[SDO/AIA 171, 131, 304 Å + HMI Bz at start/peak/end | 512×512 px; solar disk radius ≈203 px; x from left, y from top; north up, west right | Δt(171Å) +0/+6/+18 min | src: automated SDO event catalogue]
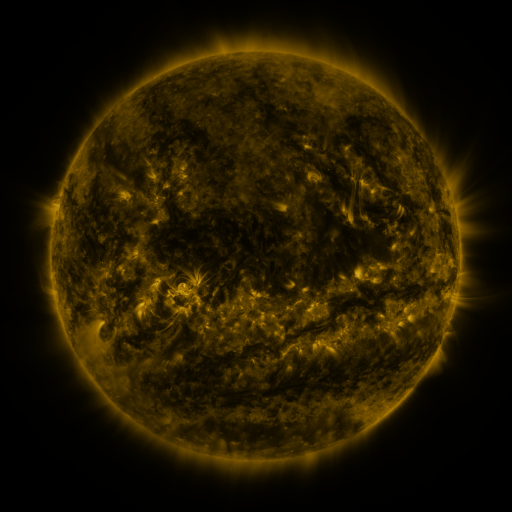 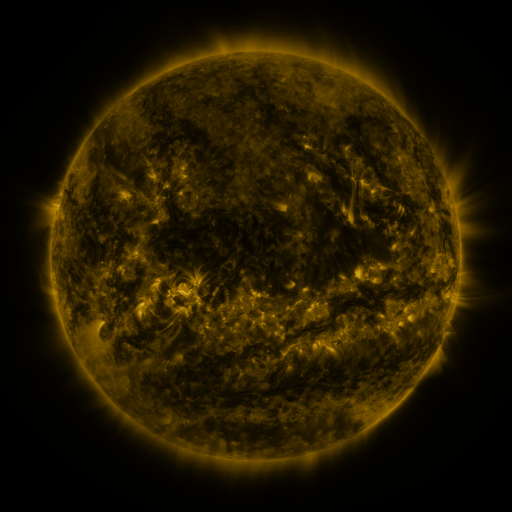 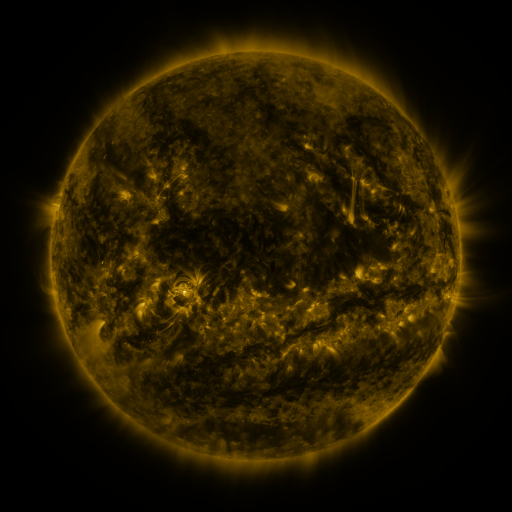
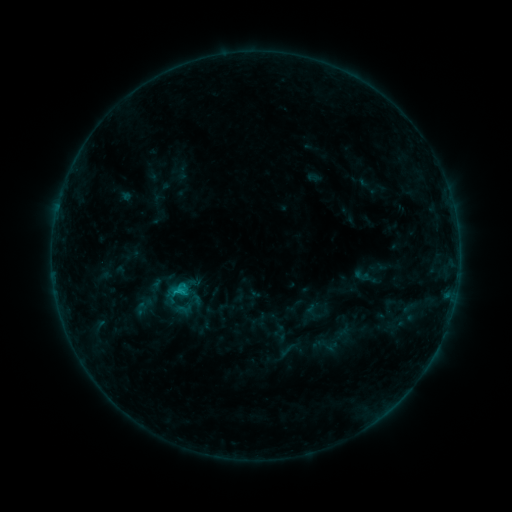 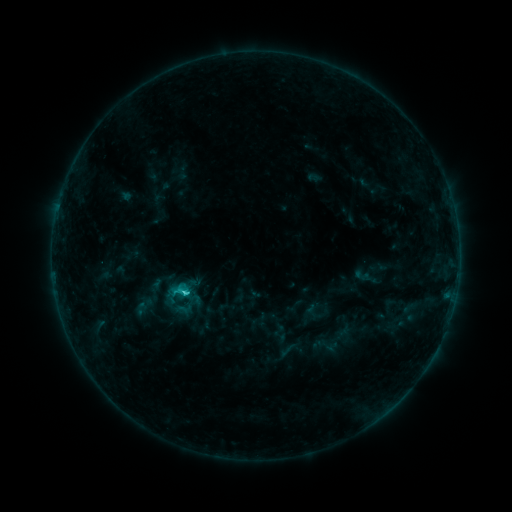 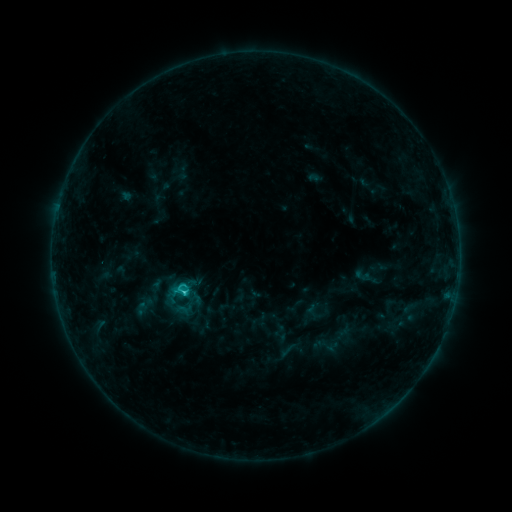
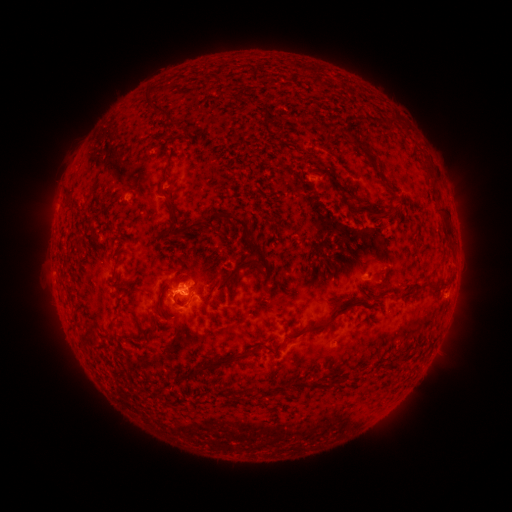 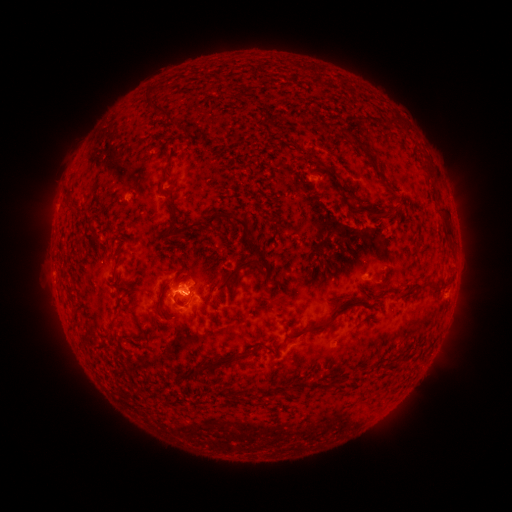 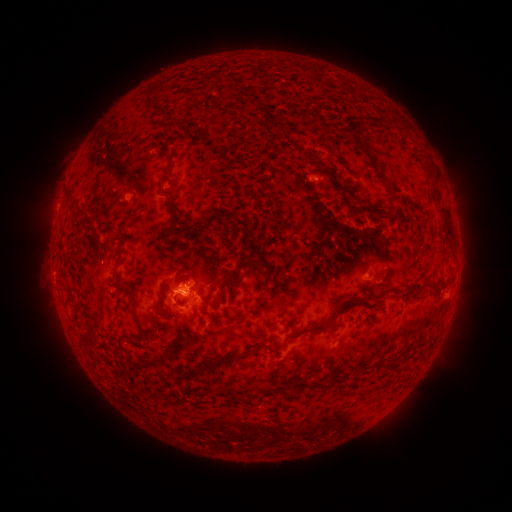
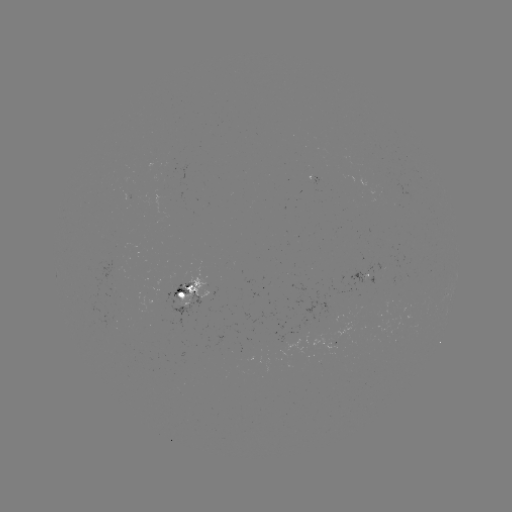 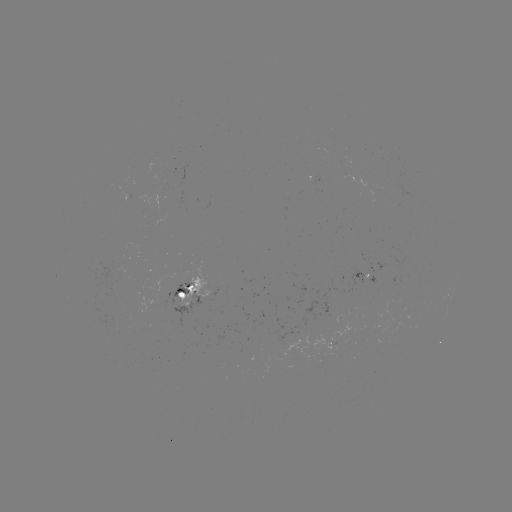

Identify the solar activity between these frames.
C2.0 flare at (186, 292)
